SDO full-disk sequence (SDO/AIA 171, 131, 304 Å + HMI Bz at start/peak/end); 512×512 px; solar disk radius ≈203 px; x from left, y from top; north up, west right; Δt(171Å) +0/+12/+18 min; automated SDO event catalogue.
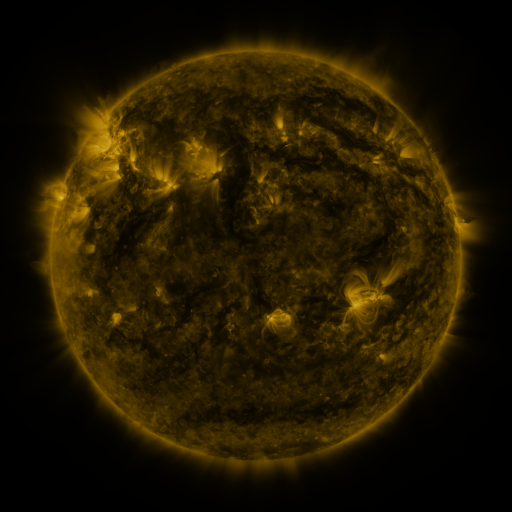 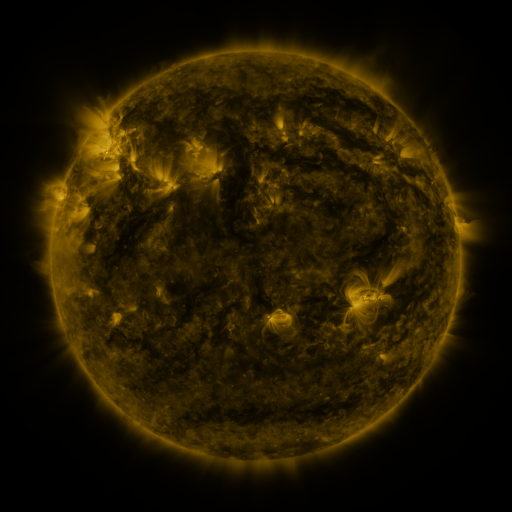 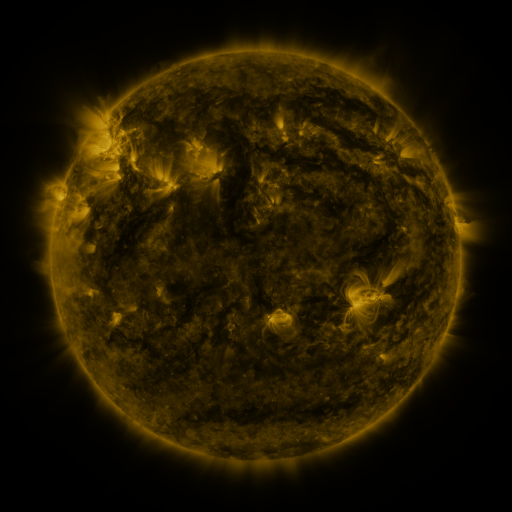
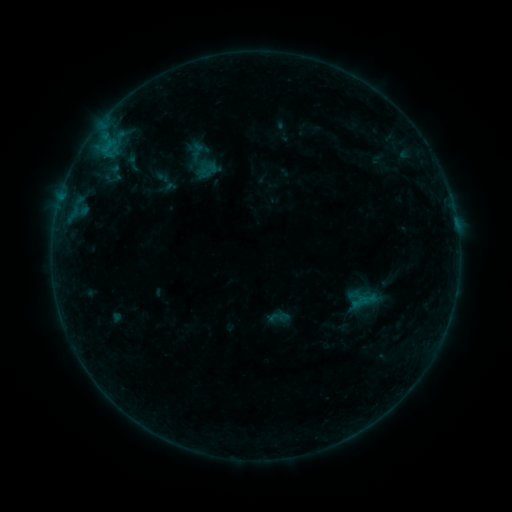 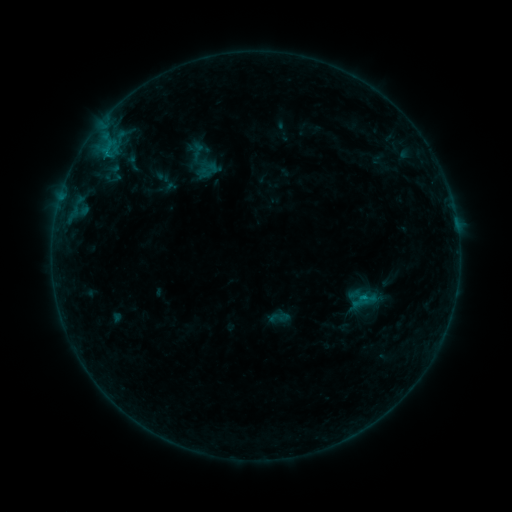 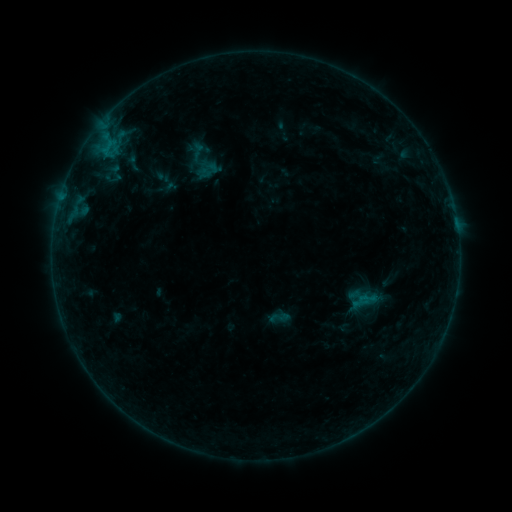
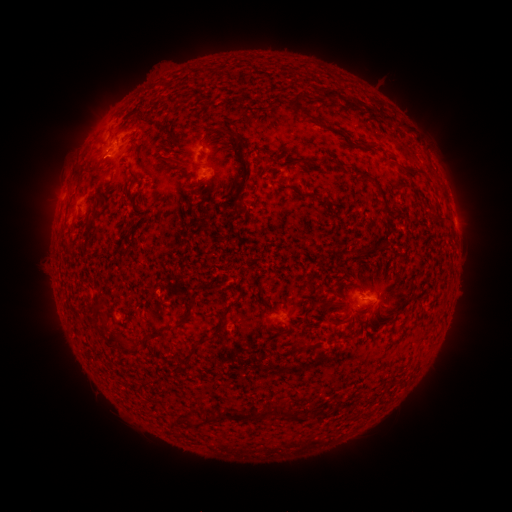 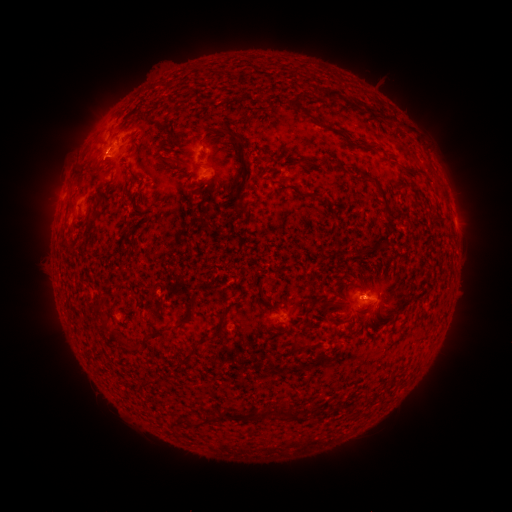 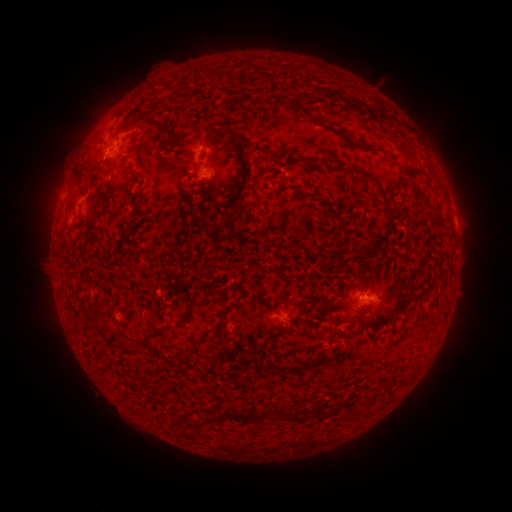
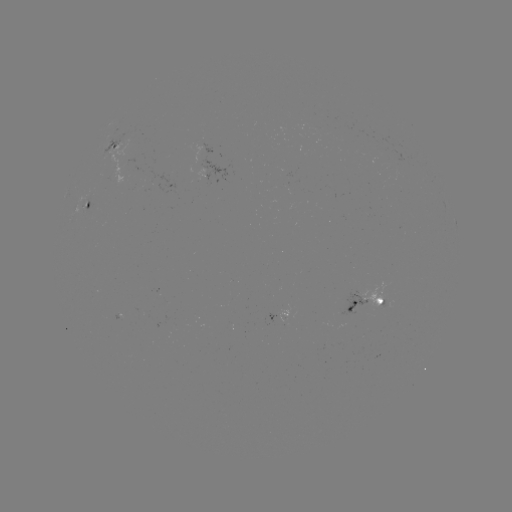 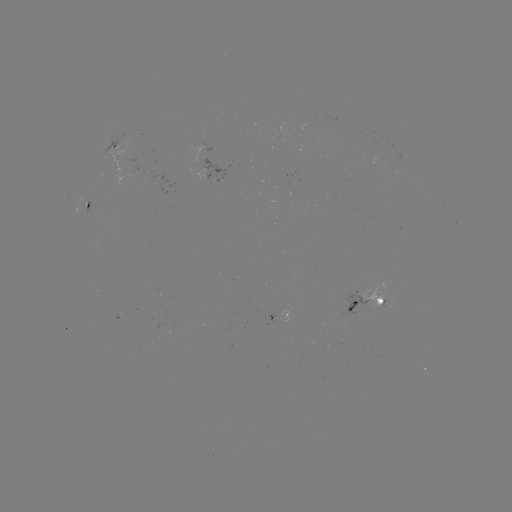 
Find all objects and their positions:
B3.3 flare: (362, 295)
